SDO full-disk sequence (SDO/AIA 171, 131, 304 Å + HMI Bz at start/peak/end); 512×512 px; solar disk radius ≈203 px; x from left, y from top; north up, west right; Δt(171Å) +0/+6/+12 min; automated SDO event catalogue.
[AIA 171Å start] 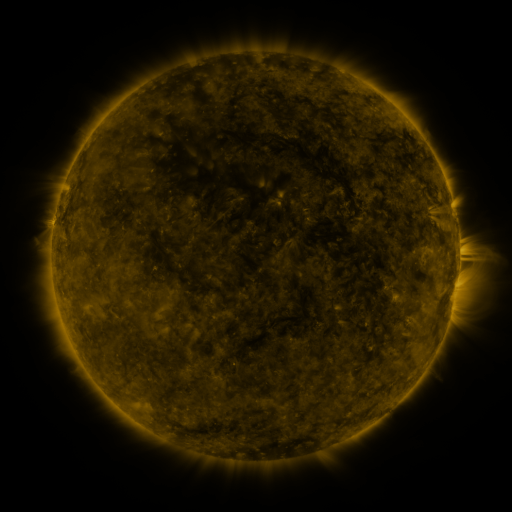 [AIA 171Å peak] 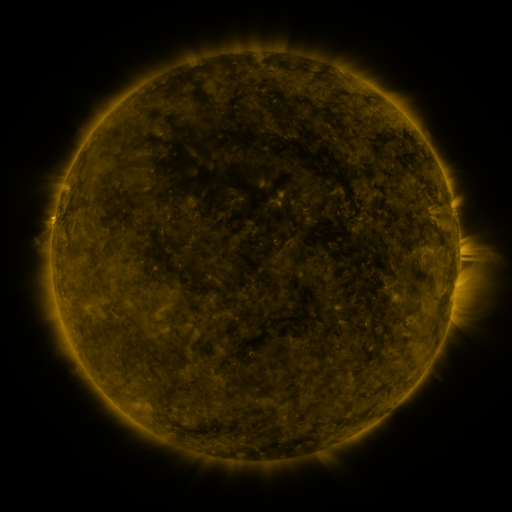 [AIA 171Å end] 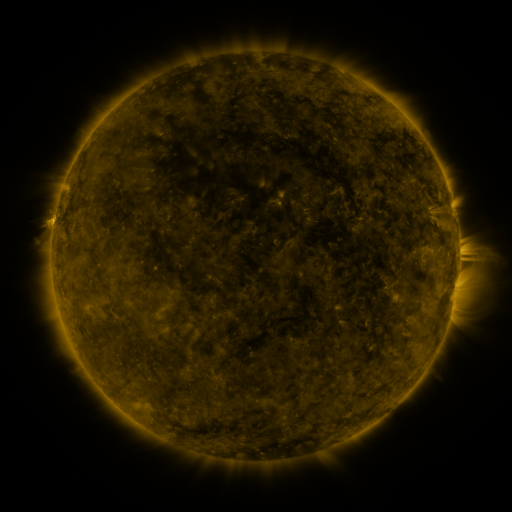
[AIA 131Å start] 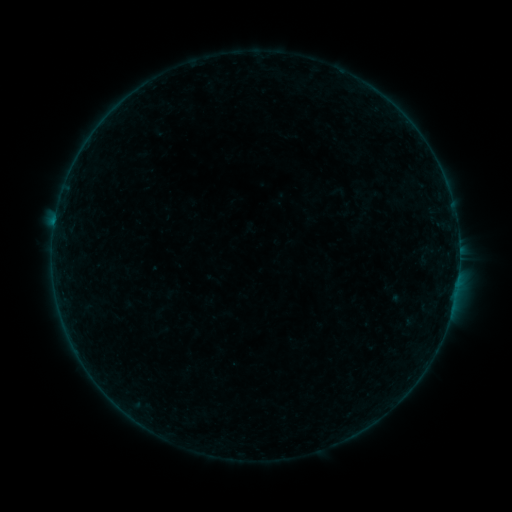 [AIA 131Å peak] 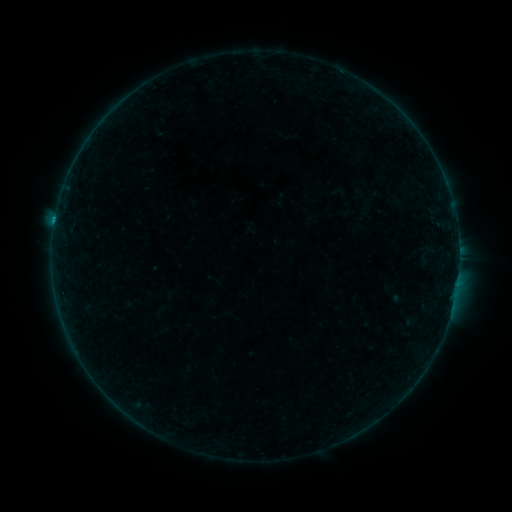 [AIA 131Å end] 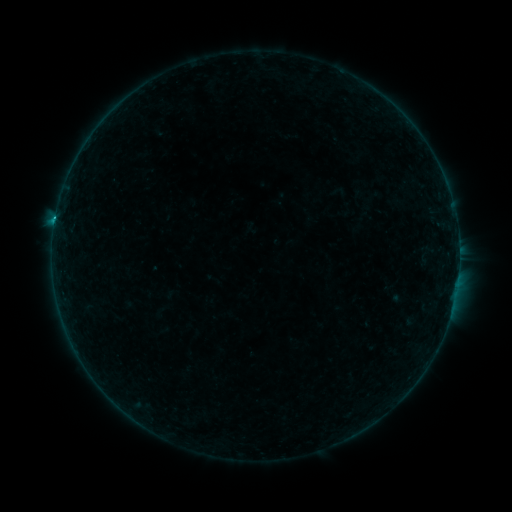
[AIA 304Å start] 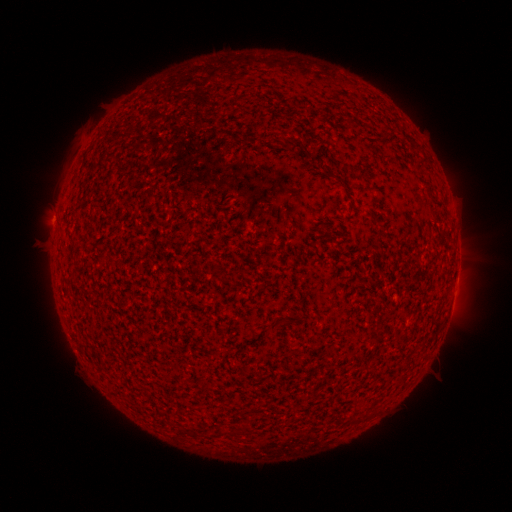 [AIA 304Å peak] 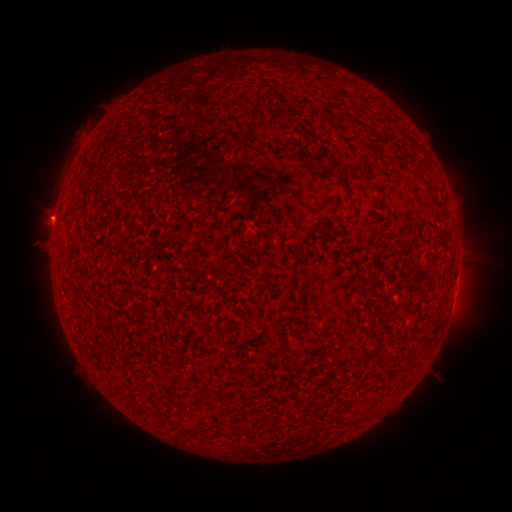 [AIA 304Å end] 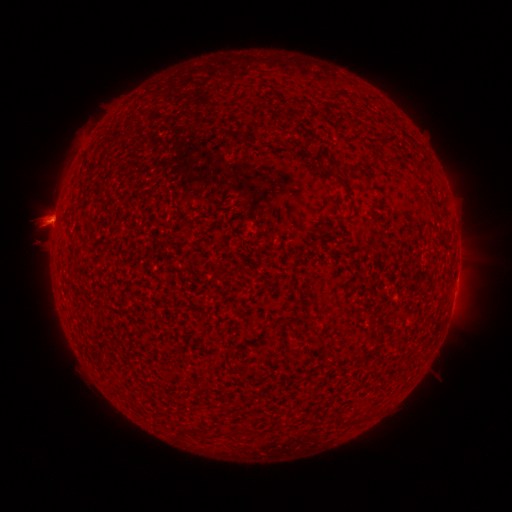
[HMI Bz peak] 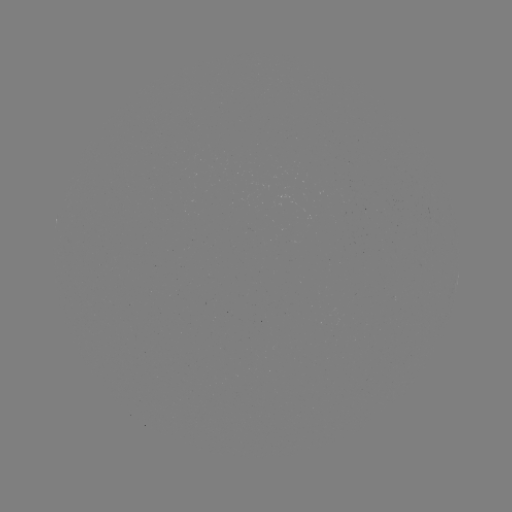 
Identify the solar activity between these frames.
eruption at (52, 220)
